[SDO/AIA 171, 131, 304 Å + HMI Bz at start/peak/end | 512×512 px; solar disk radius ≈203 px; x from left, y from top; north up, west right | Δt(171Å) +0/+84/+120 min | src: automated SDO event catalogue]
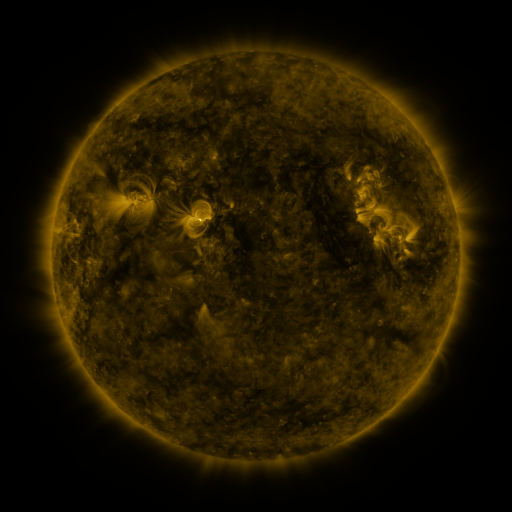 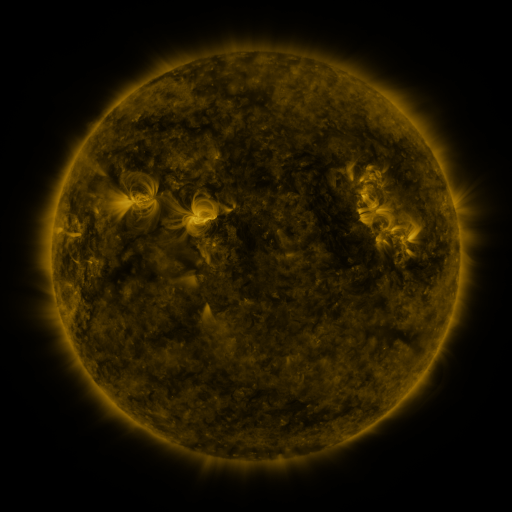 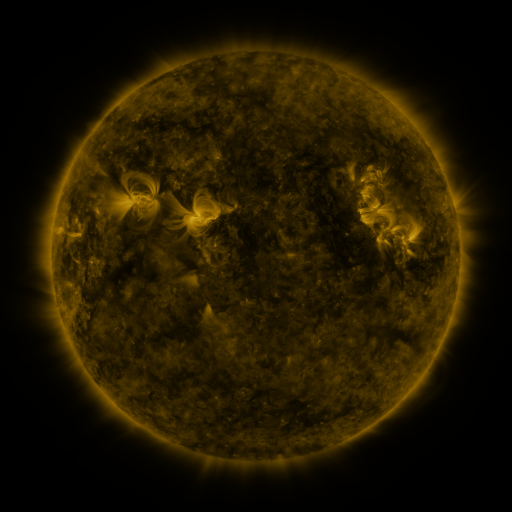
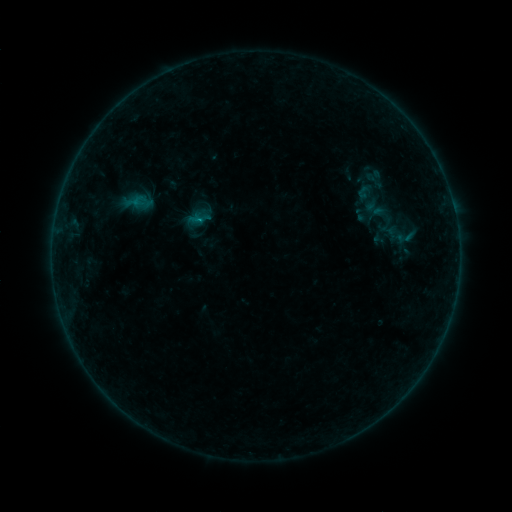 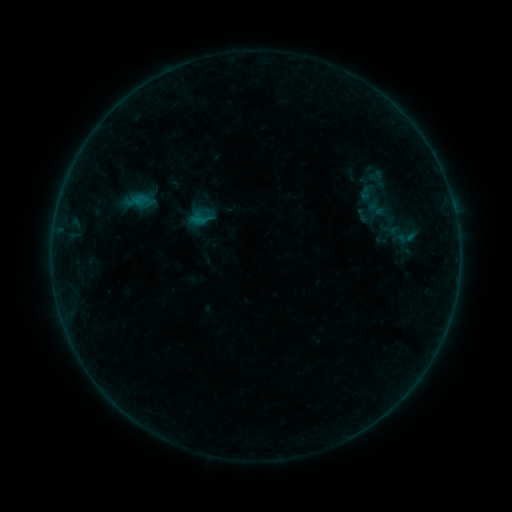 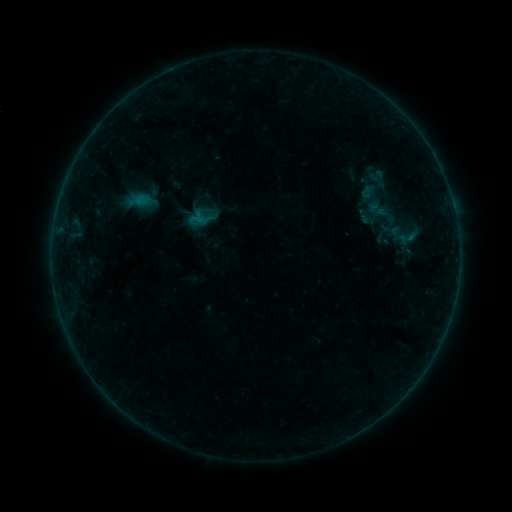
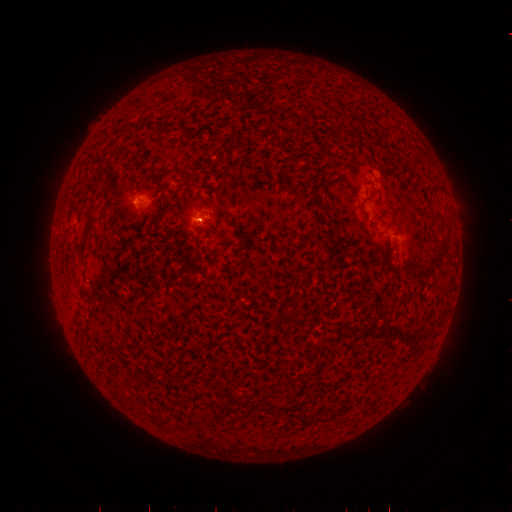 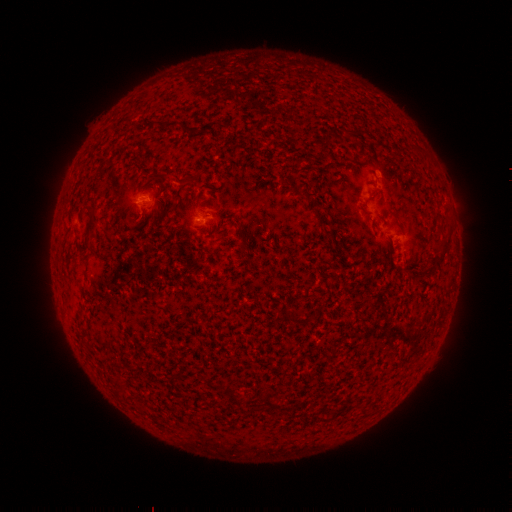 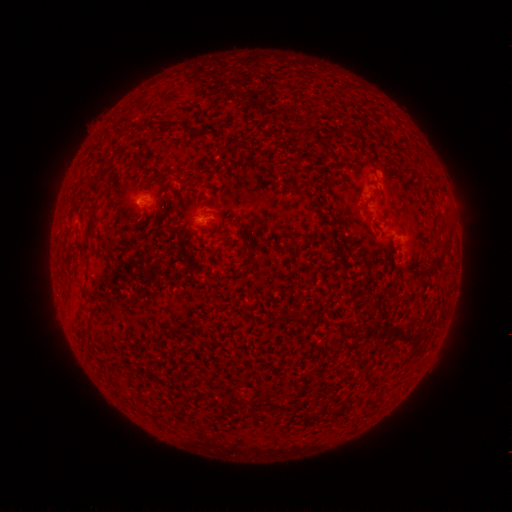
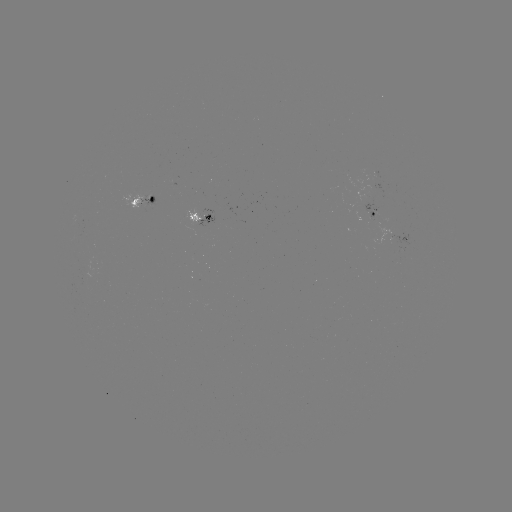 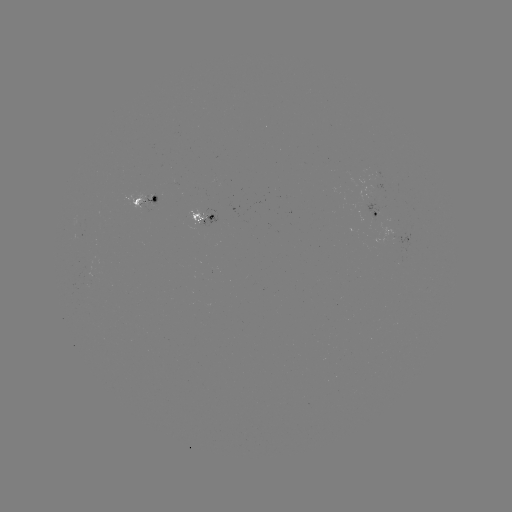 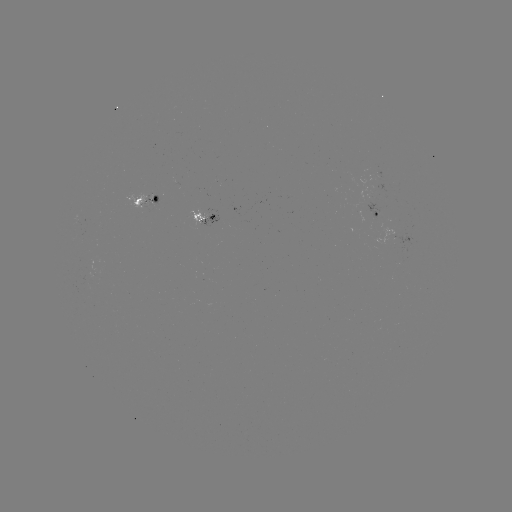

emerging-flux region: [365, 171, 388, 194]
